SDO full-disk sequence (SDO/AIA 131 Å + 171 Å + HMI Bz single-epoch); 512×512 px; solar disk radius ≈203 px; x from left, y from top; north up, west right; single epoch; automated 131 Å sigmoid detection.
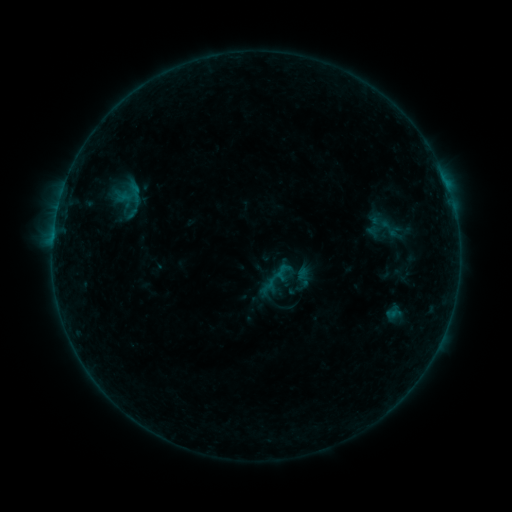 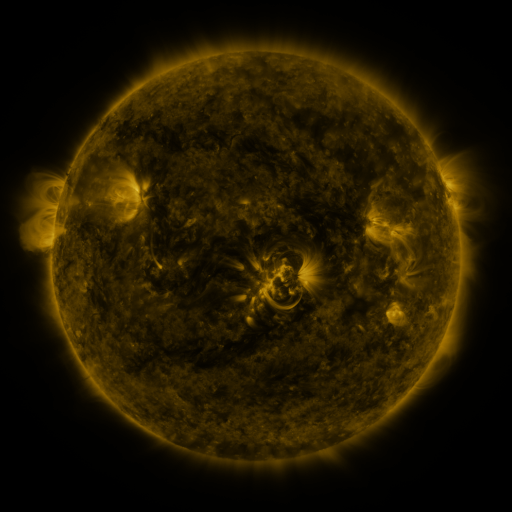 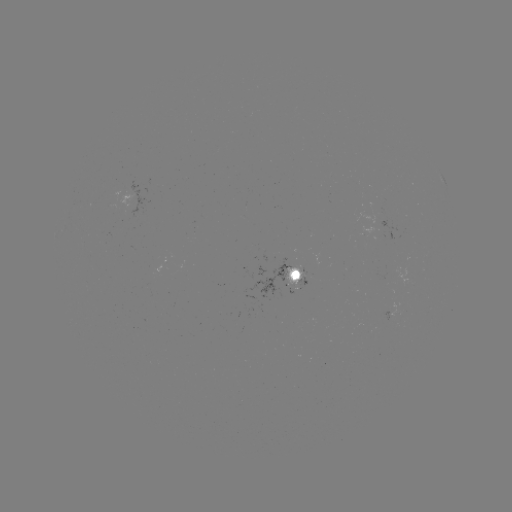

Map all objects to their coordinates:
sigmoid: (135, 192)
sigmoid: (389, 229)
